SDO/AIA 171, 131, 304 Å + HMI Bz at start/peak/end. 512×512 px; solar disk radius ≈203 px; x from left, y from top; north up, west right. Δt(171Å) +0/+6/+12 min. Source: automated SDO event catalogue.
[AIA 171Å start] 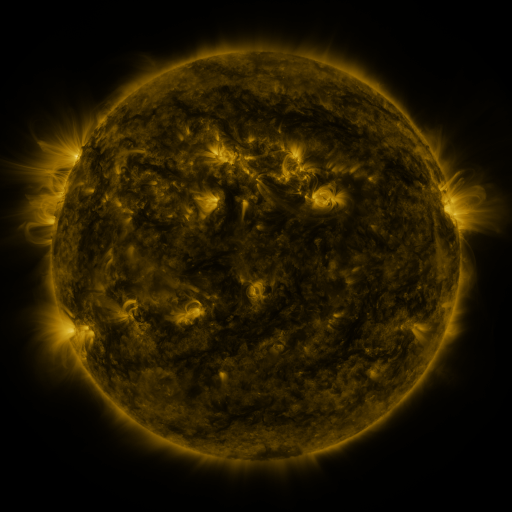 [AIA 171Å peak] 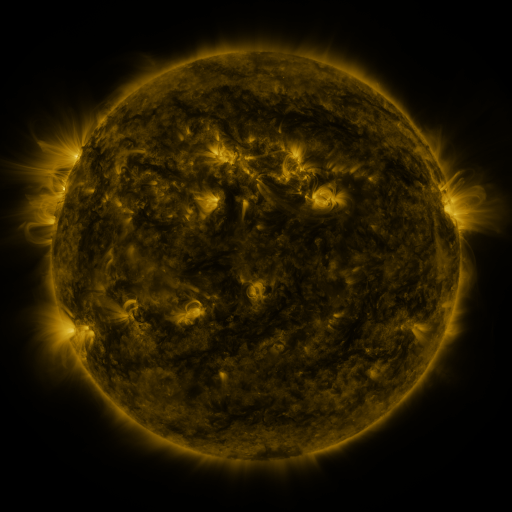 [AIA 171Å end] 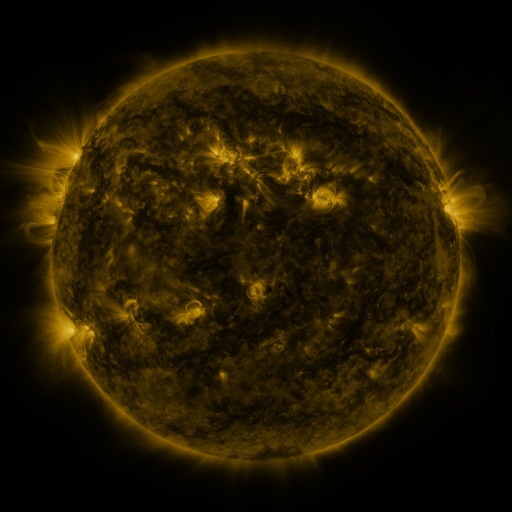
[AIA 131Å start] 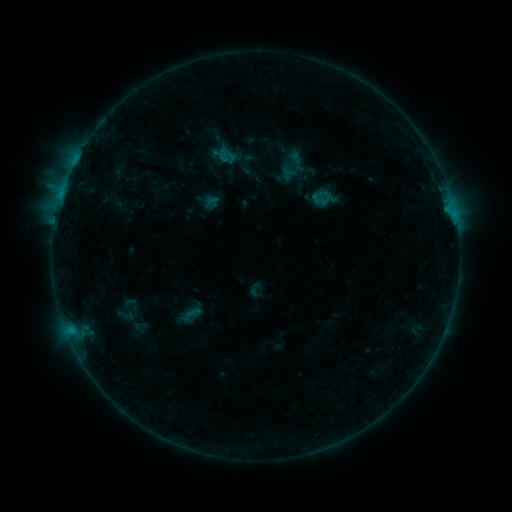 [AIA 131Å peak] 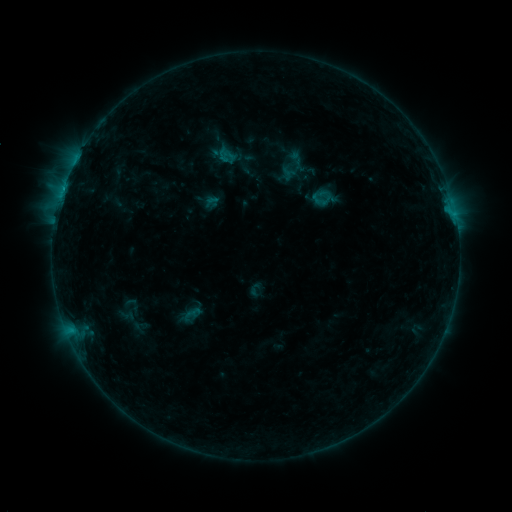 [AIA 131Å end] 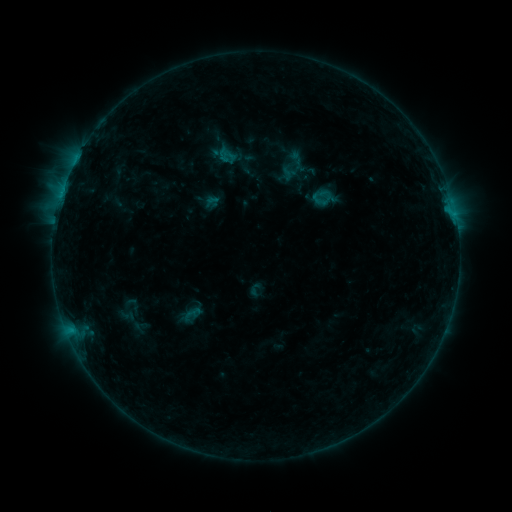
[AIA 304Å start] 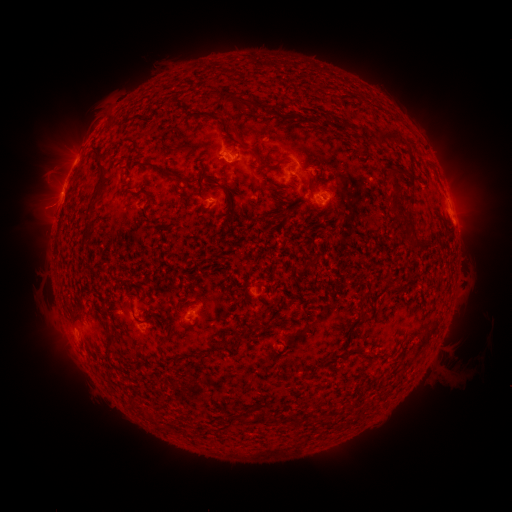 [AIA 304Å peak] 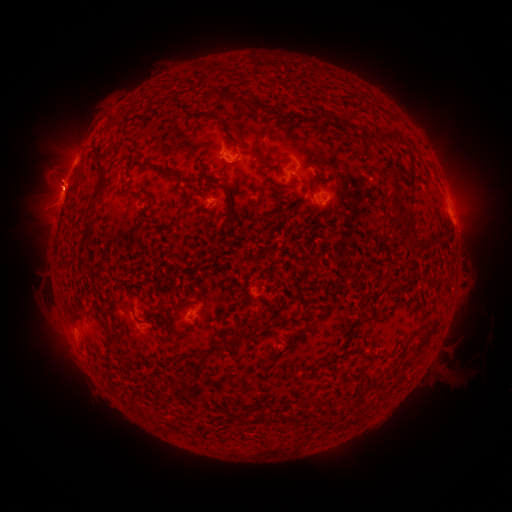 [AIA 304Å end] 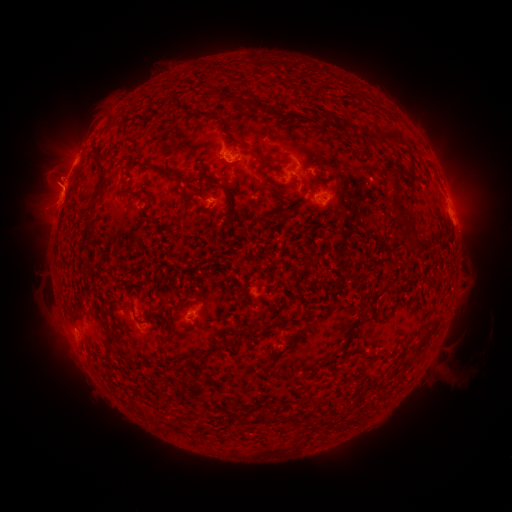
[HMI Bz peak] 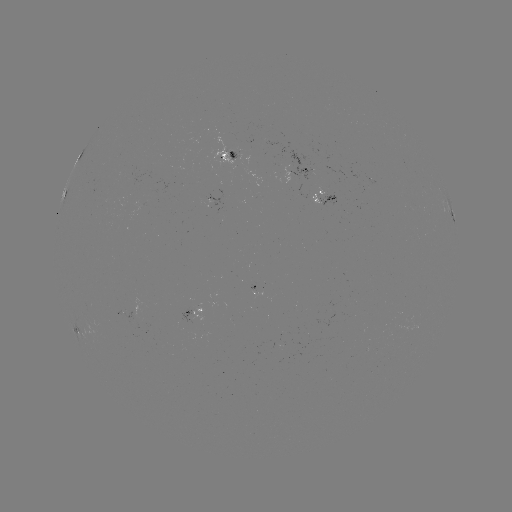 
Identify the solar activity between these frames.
eruption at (54, 178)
